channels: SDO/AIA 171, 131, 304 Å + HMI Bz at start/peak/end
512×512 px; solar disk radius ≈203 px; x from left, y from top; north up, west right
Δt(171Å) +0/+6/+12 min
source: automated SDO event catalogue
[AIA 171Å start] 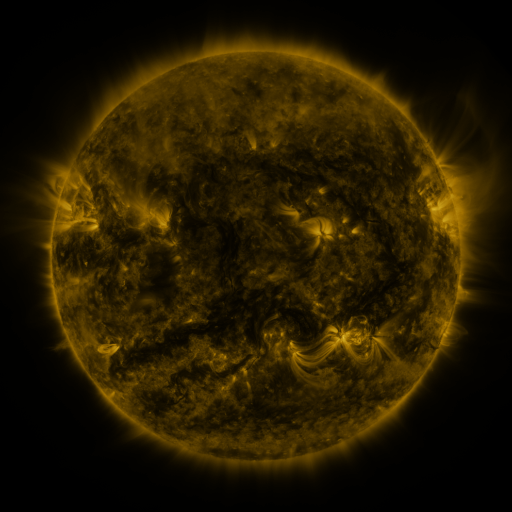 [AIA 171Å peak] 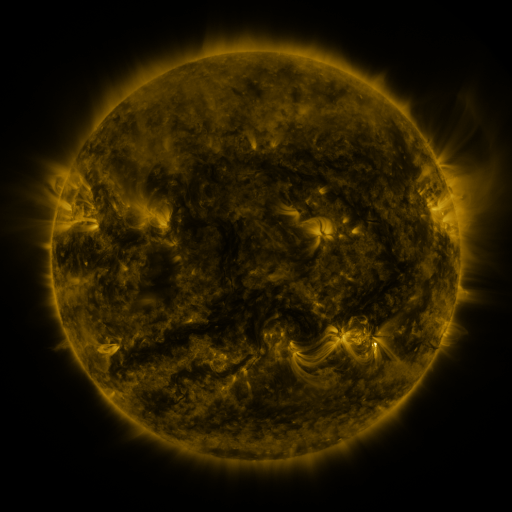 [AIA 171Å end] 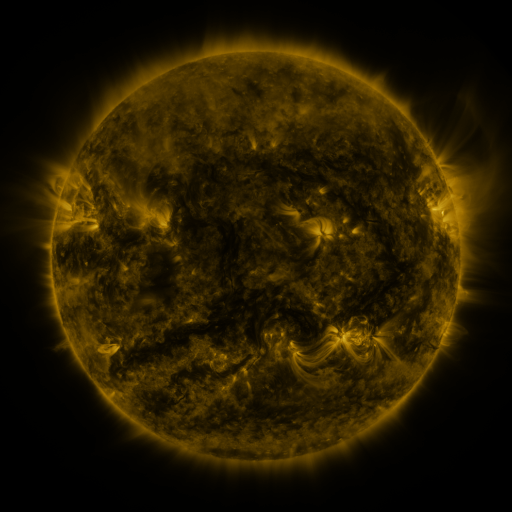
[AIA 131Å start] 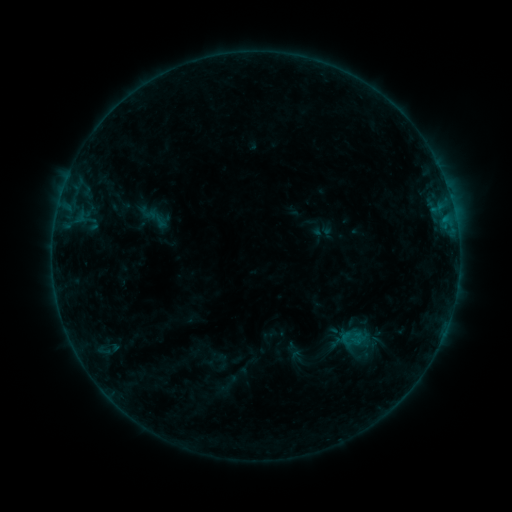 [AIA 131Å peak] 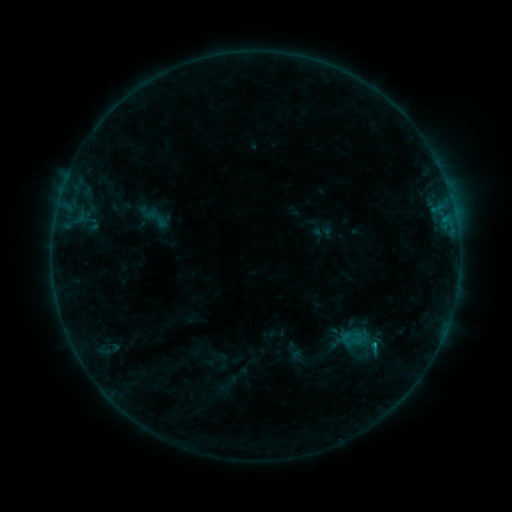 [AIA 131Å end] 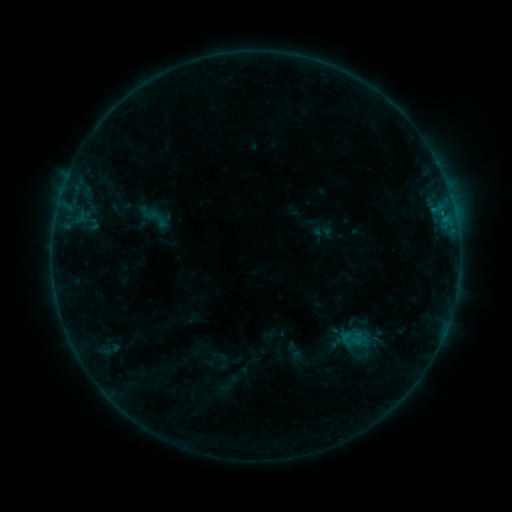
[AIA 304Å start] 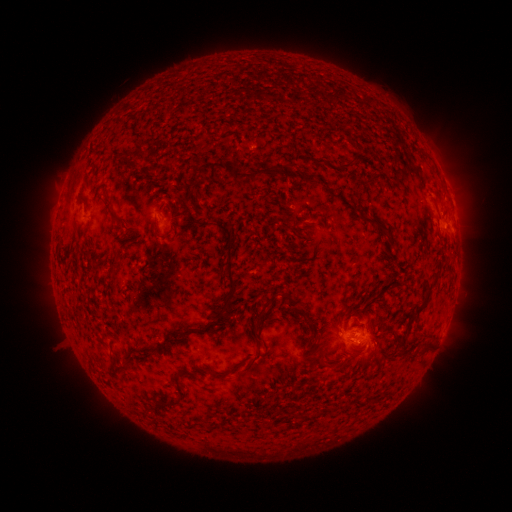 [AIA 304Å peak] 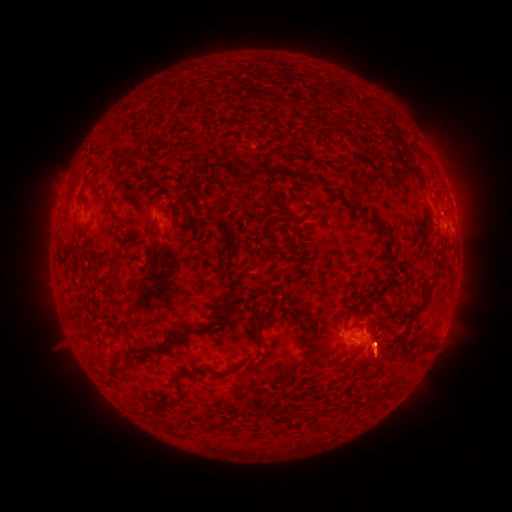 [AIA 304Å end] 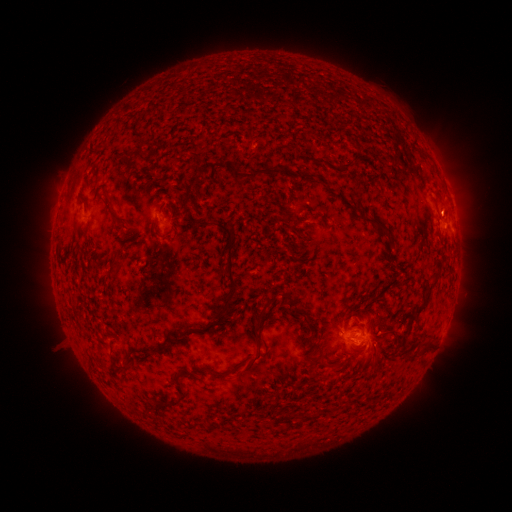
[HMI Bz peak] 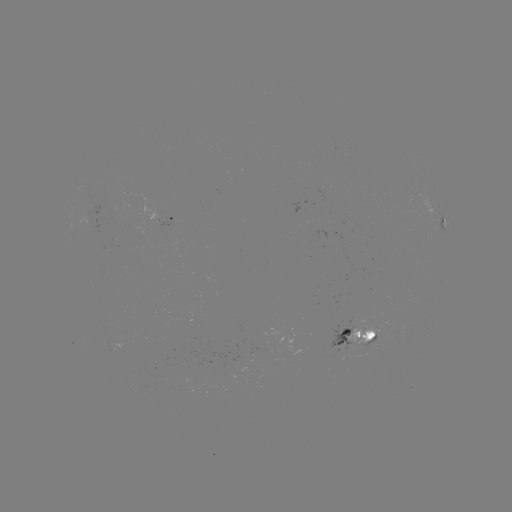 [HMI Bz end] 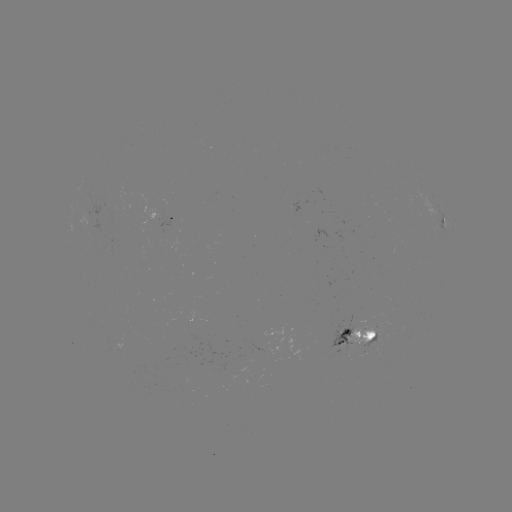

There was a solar eruption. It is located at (382, 351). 